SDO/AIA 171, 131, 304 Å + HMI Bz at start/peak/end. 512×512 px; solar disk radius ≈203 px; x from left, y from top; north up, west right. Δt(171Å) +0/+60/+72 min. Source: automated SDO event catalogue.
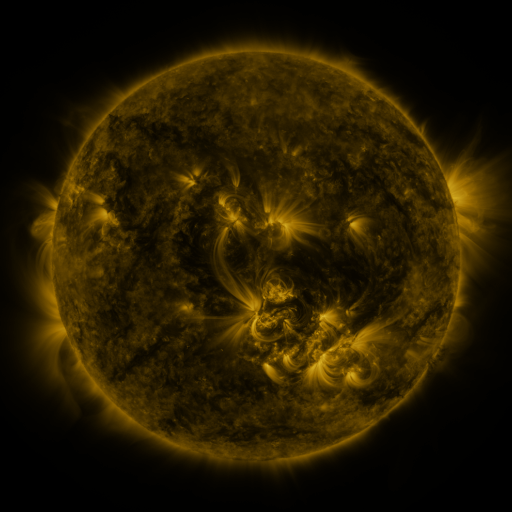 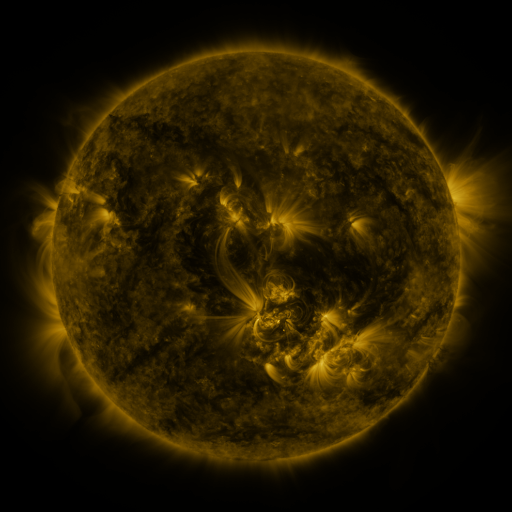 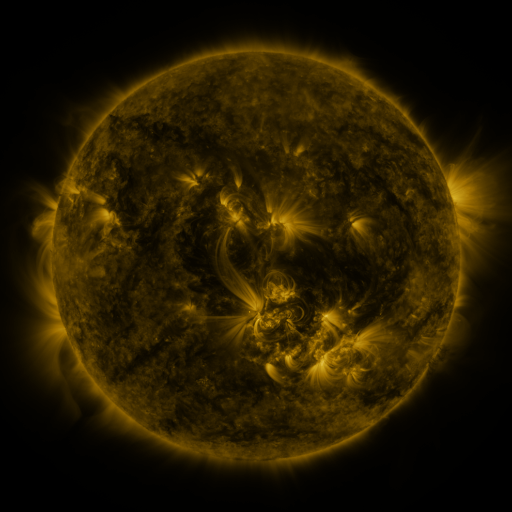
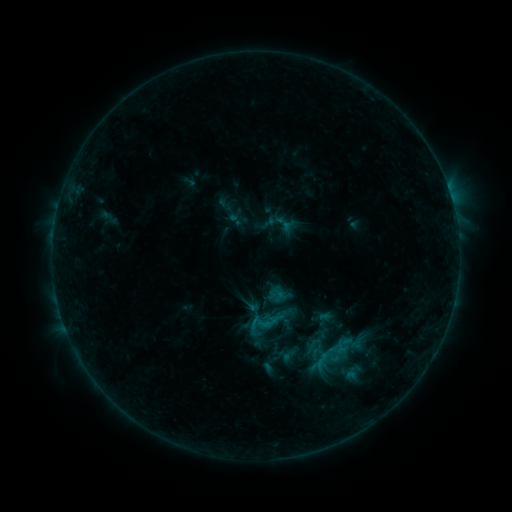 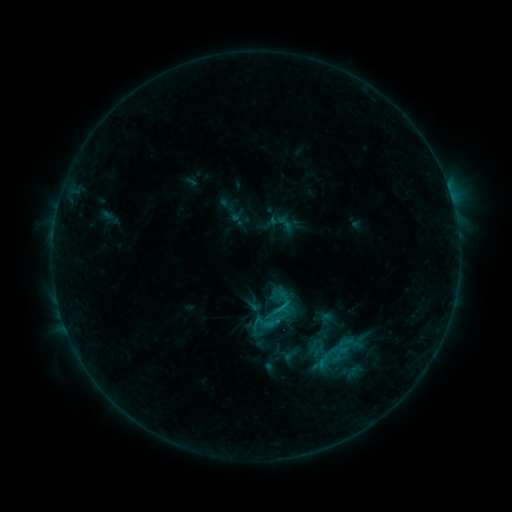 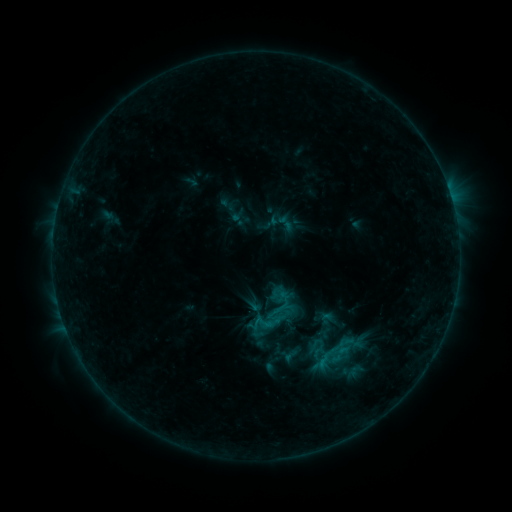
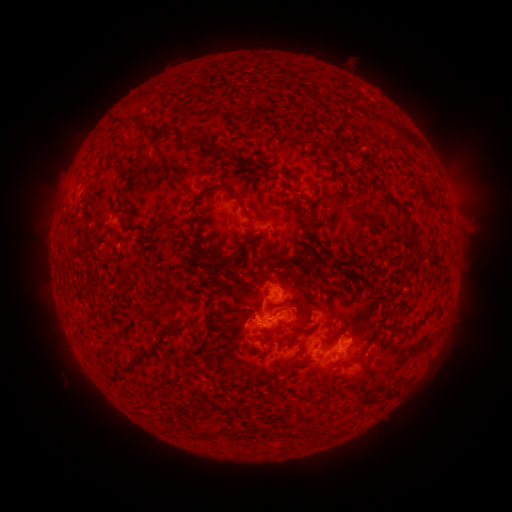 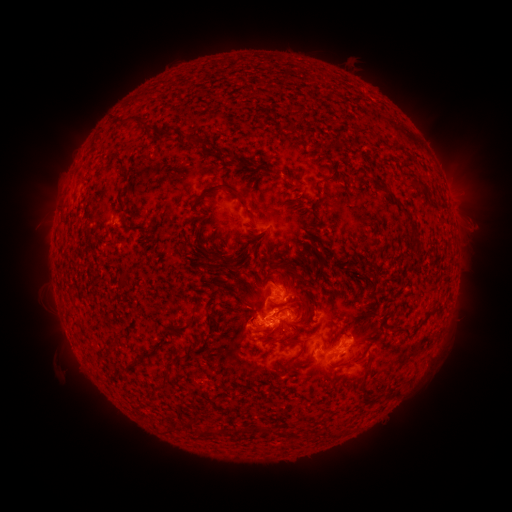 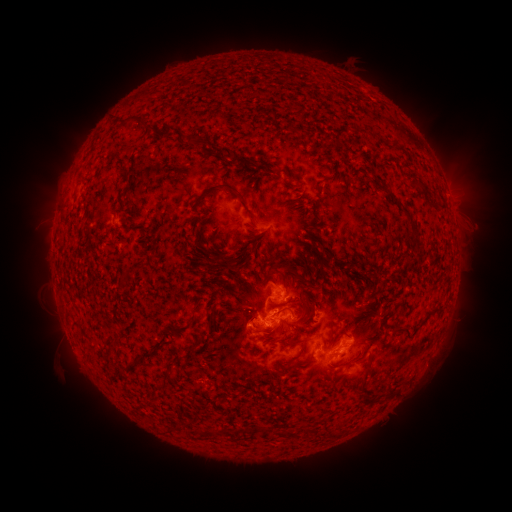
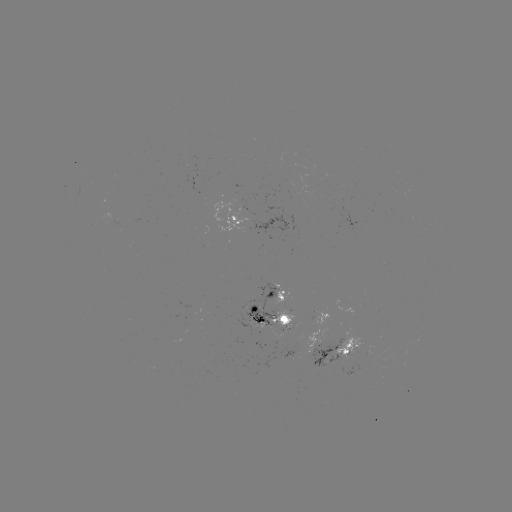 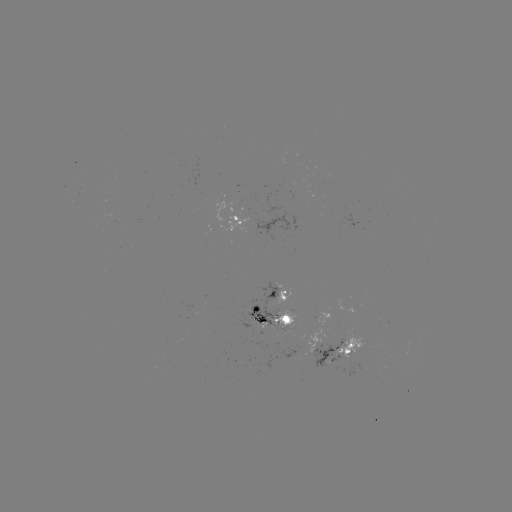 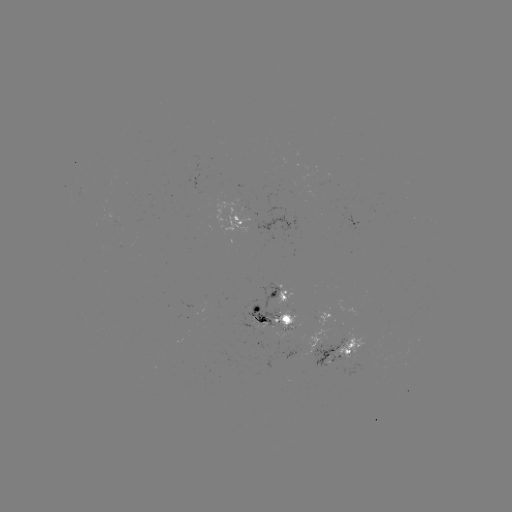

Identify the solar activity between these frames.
emerging-flux region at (292, 354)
